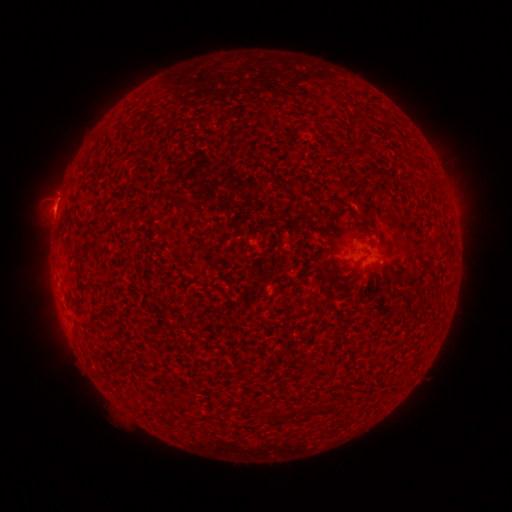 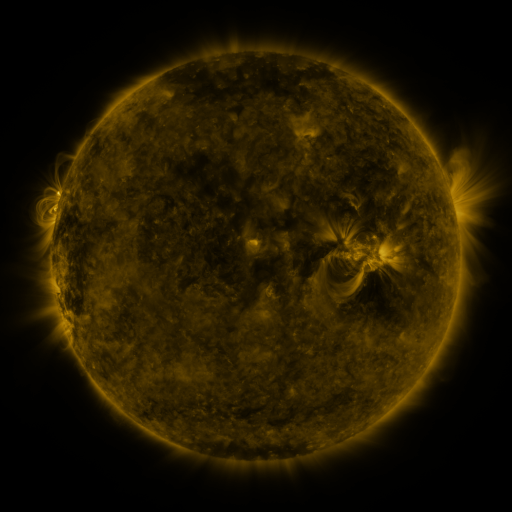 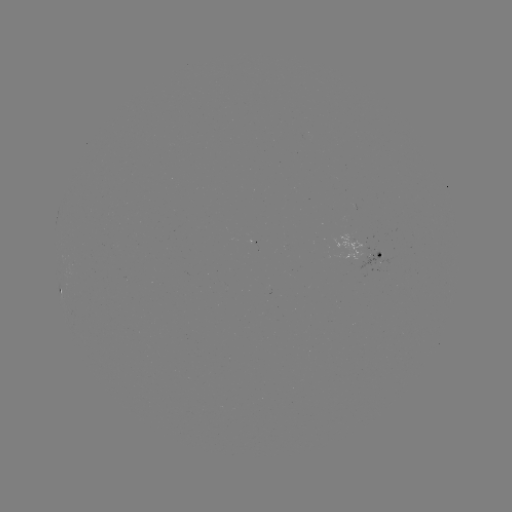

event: spotted active region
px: (368, 248)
